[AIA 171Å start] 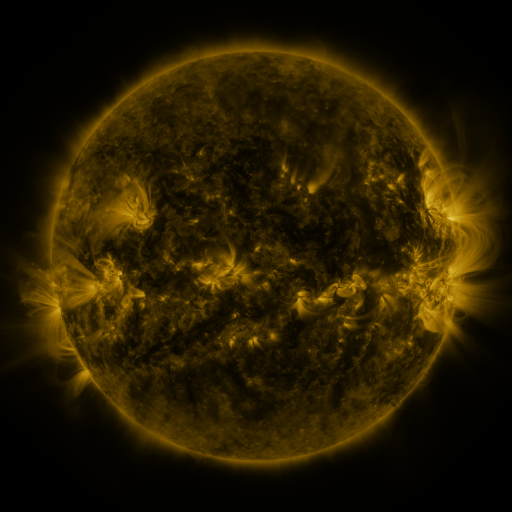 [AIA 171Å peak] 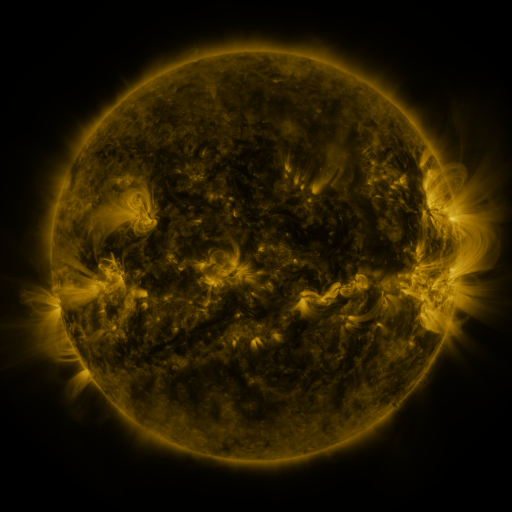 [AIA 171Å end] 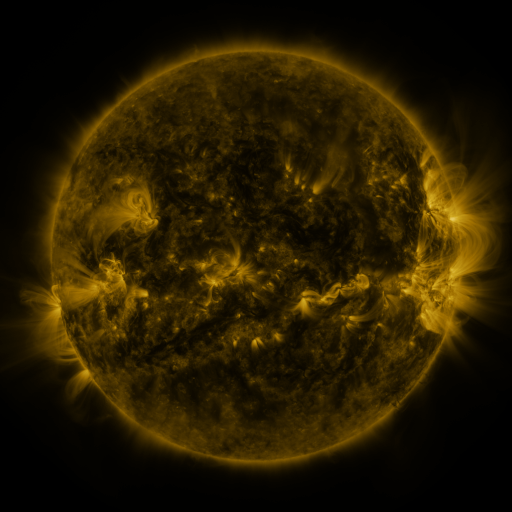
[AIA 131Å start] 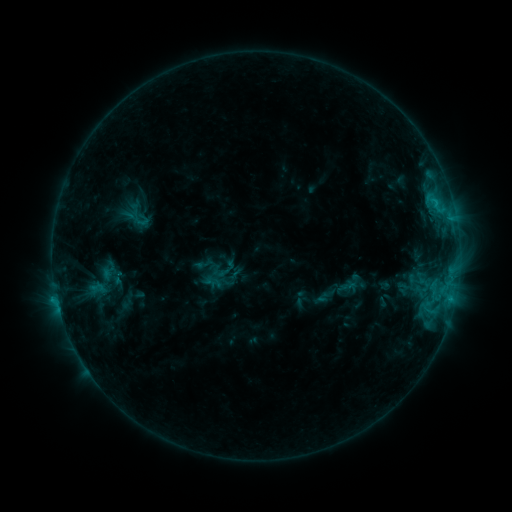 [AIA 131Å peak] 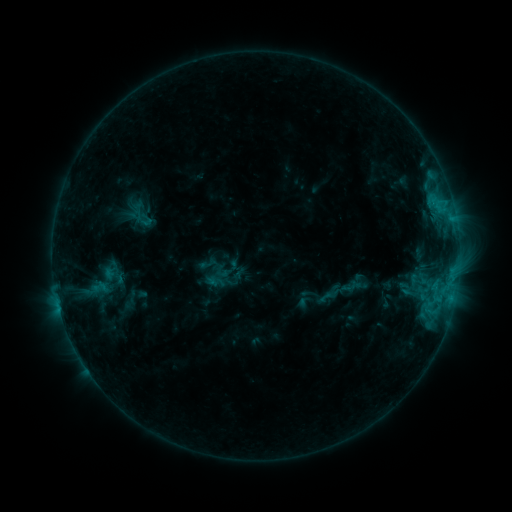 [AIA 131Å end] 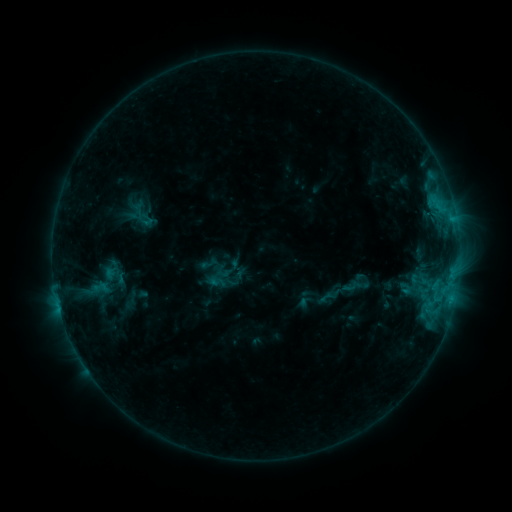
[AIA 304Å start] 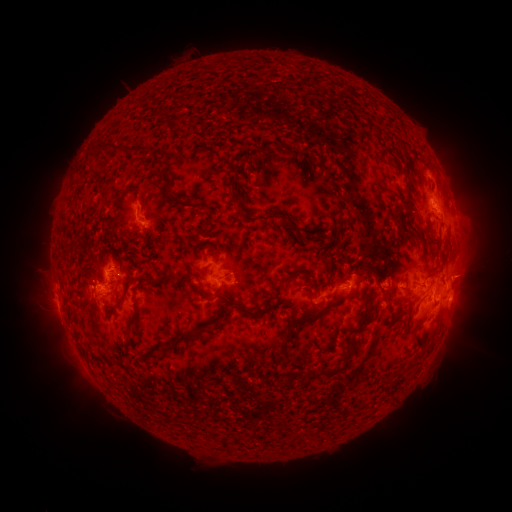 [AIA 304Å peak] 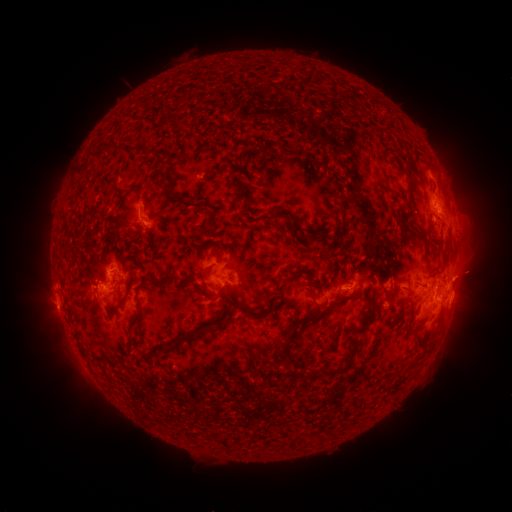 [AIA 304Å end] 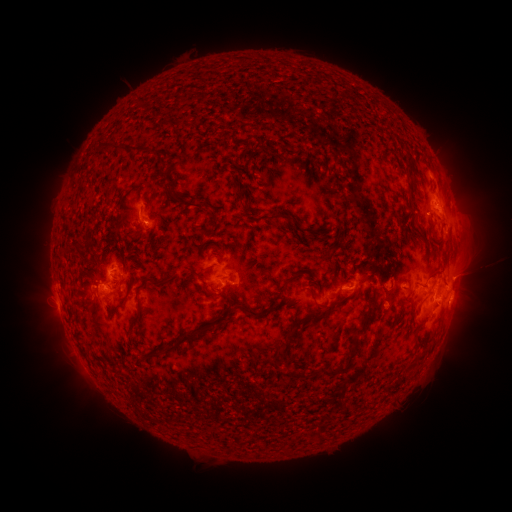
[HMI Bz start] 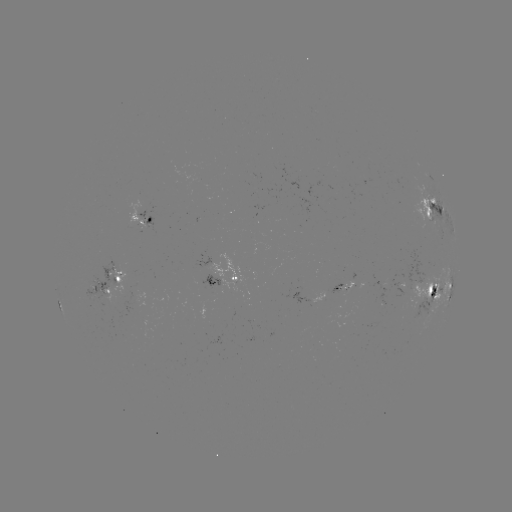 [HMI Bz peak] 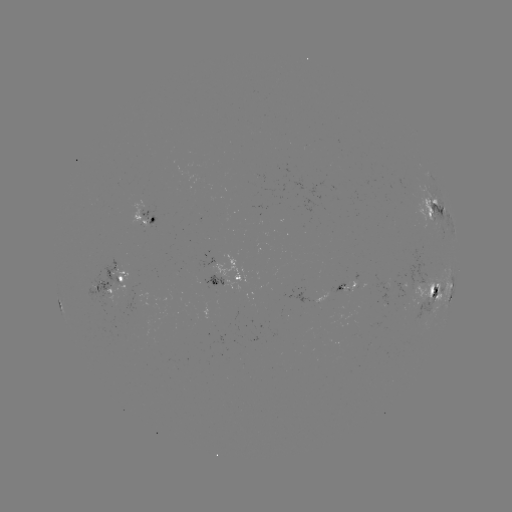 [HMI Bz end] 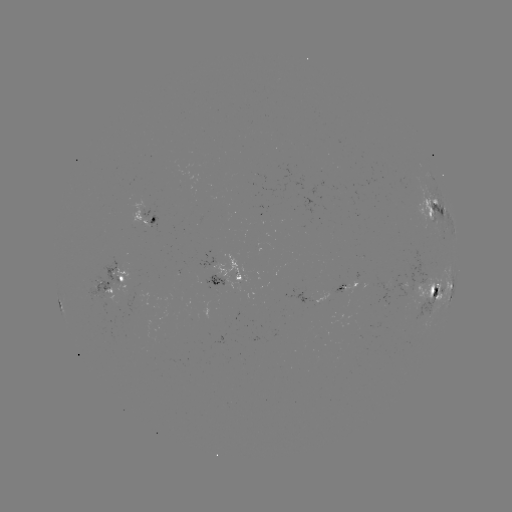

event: emerging-flux region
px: (233, 273)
